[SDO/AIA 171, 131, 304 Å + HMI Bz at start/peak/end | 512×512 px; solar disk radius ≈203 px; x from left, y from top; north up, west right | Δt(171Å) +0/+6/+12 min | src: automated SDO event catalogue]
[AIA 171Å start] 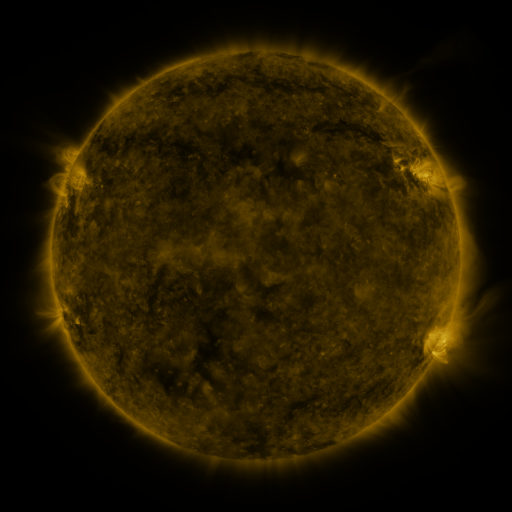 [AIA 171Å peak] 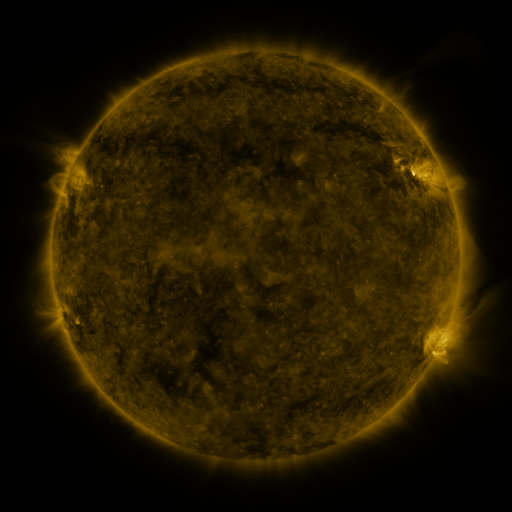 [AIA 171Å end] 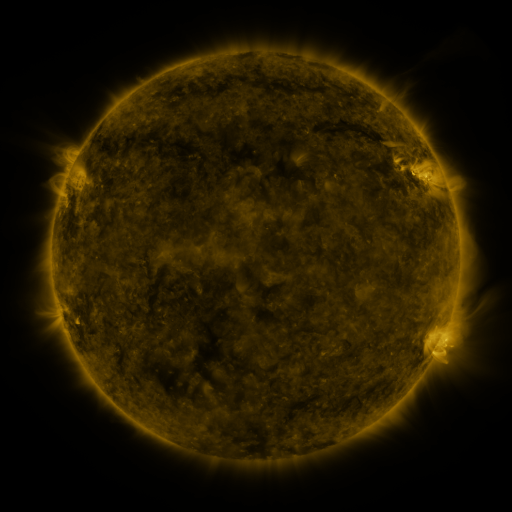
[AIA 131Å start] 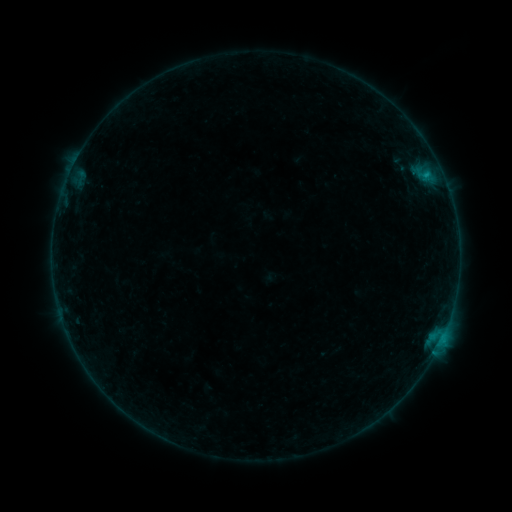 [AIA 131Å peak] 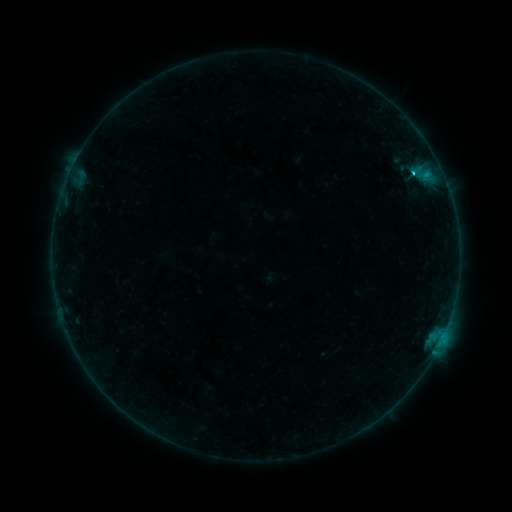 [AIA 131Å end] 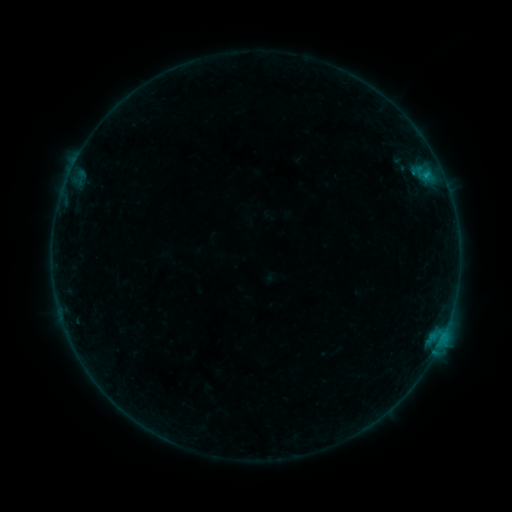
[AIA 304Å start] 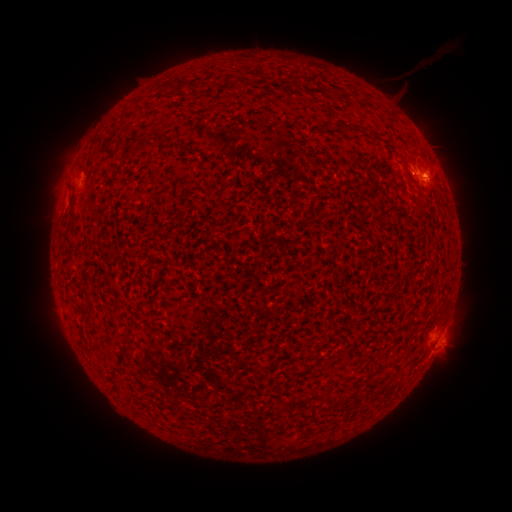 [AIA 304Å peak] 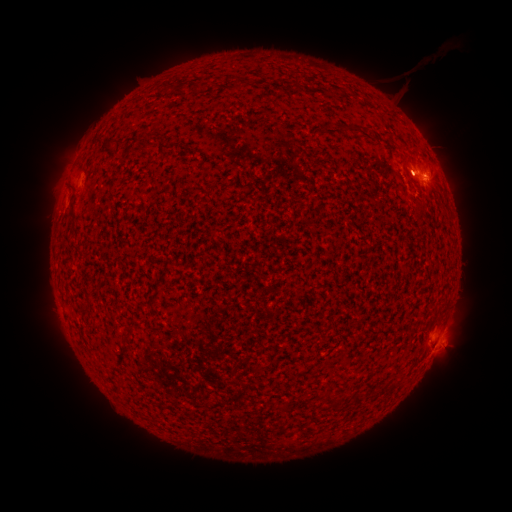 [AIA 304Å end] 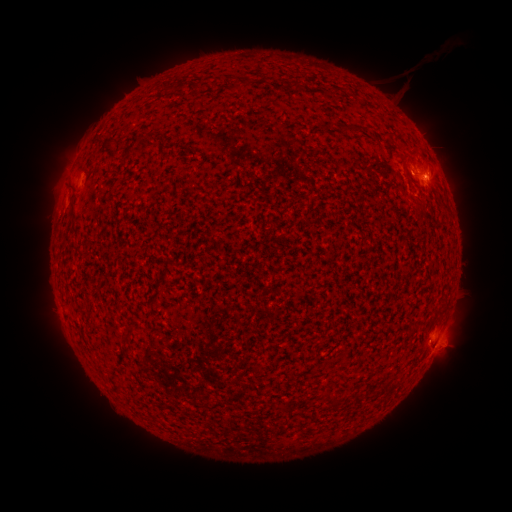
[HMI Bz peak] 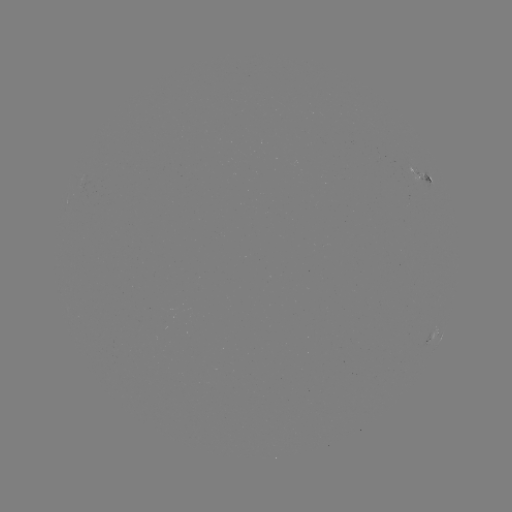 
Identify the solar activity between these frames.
C1.2 flare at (443, 335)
